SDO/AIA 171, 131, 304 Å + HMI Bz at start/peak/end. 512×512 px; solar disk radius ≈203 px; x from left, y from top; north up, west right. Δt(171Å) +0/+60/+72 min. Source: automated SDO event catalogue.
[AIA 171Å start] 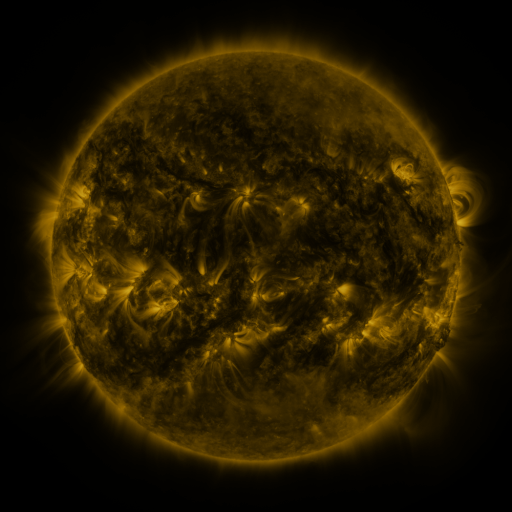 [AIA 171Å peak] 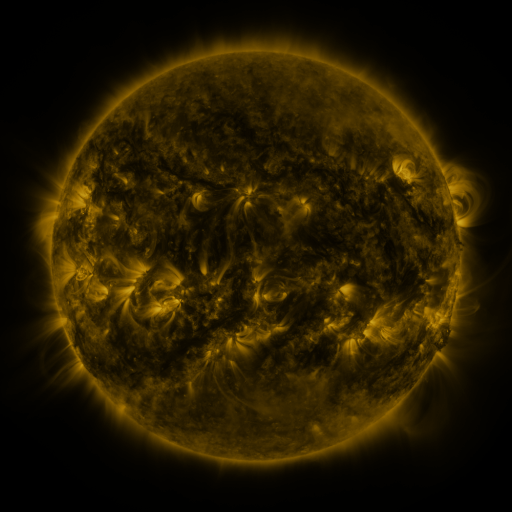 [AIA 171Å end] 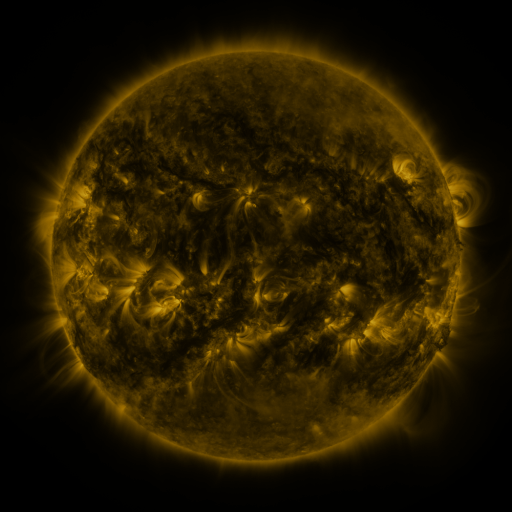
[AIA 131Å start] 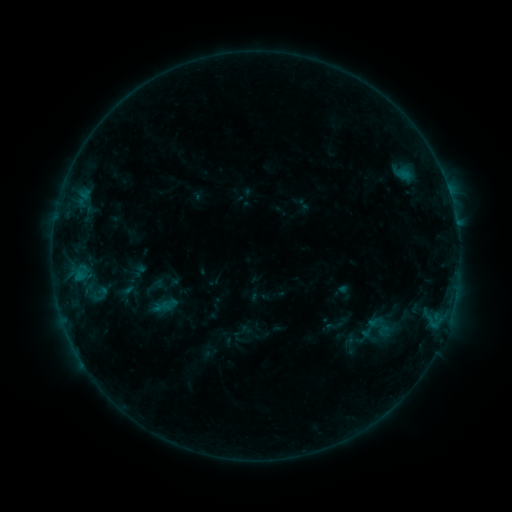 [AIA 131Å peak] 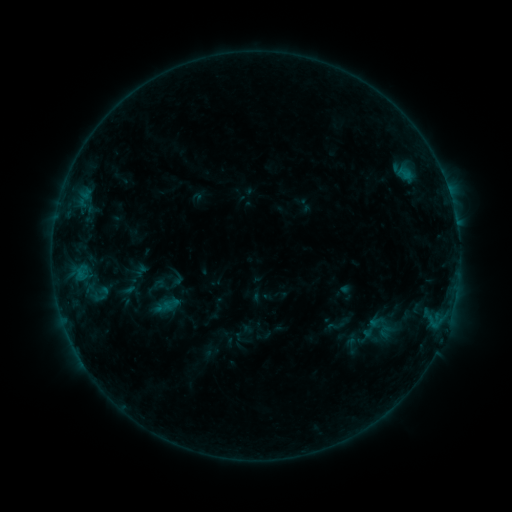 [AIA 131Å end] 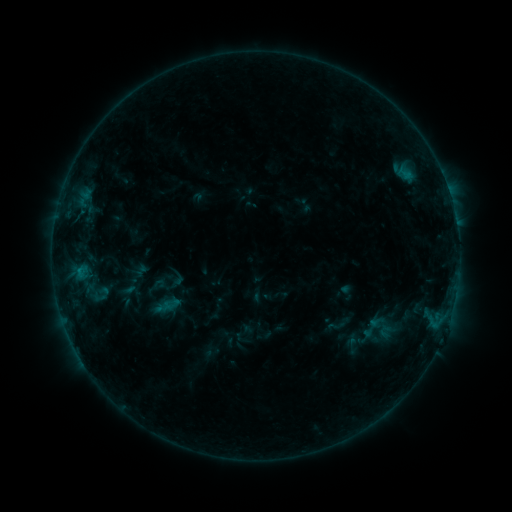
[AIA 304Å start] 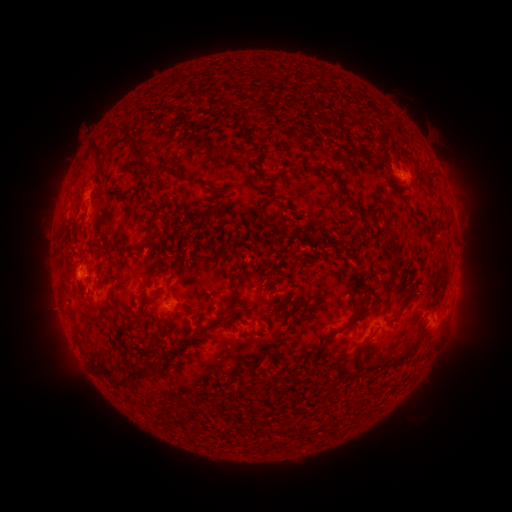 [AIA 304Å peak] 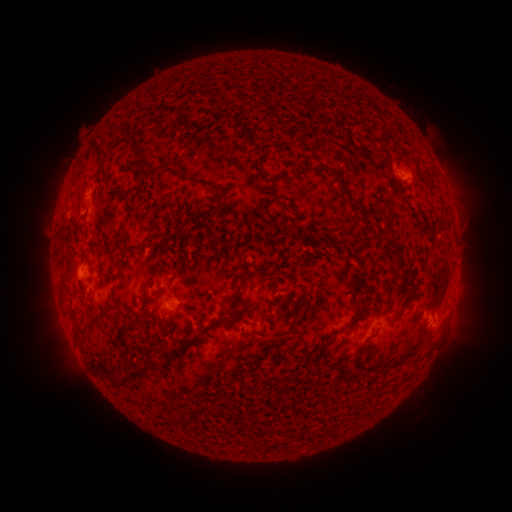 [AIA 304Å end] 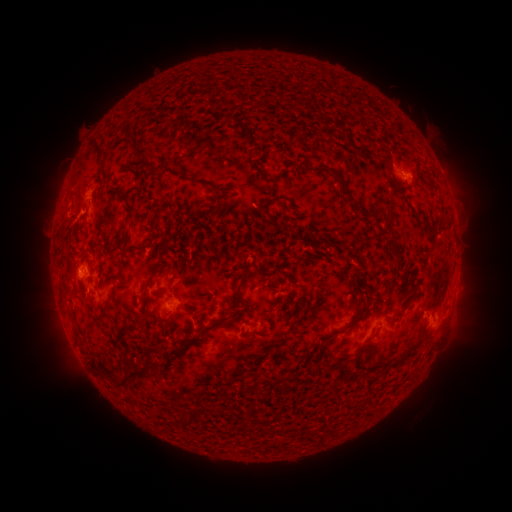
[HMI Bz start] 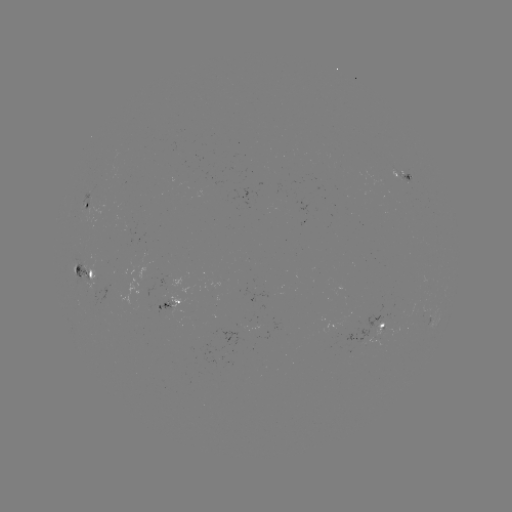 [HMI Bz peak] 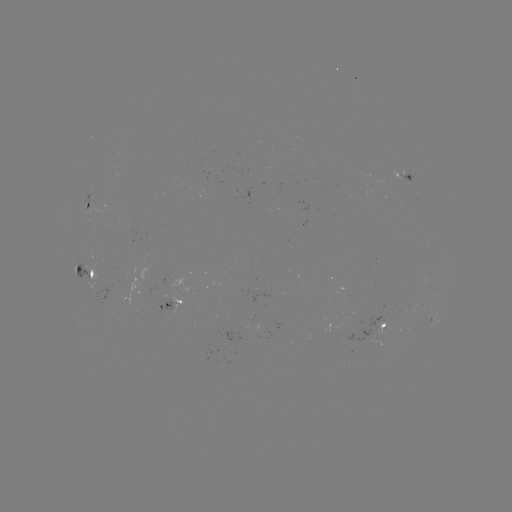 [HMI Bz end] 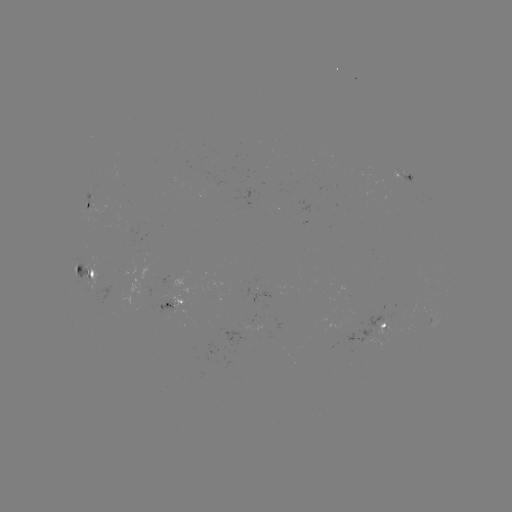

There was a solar emerging-flux region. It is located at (175, 308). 